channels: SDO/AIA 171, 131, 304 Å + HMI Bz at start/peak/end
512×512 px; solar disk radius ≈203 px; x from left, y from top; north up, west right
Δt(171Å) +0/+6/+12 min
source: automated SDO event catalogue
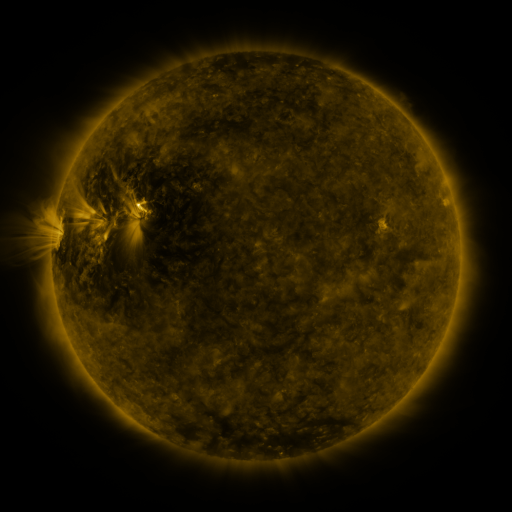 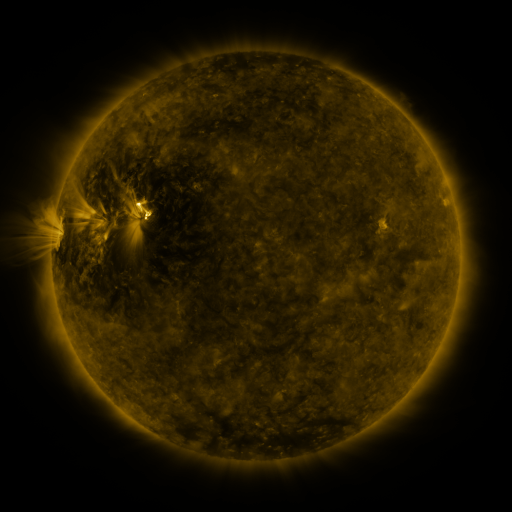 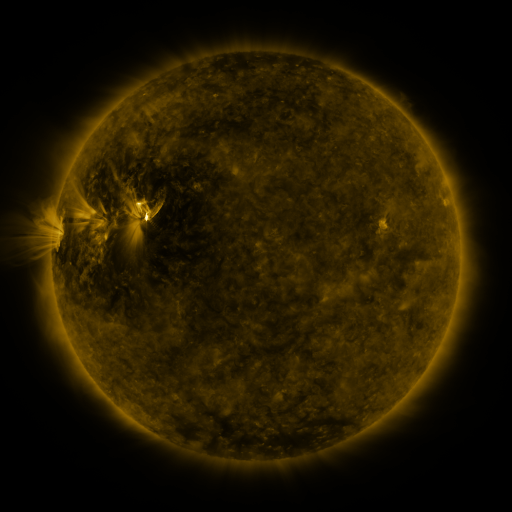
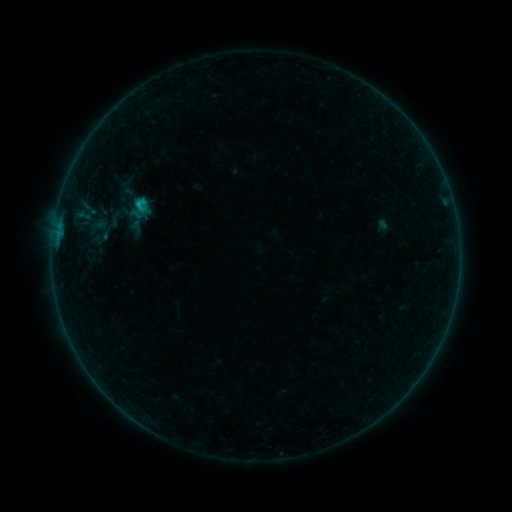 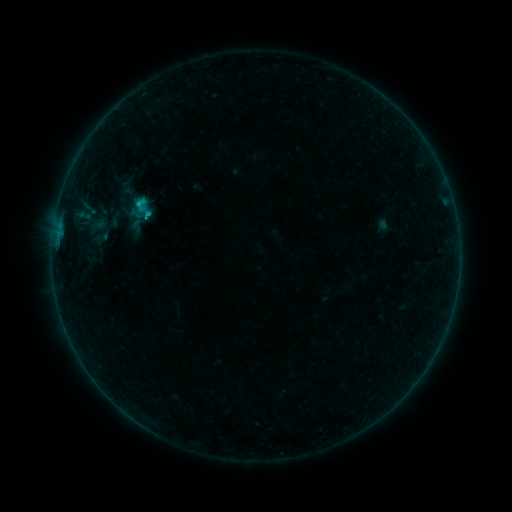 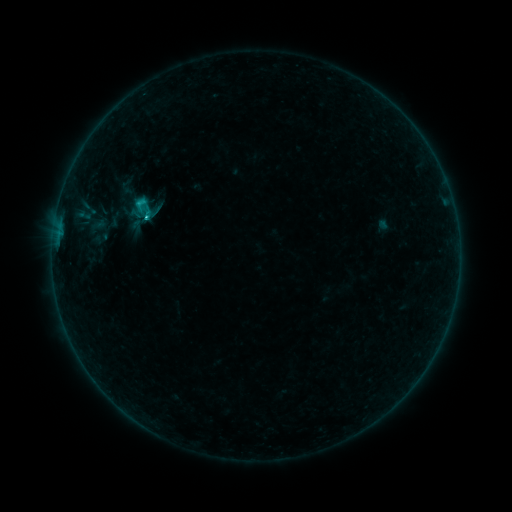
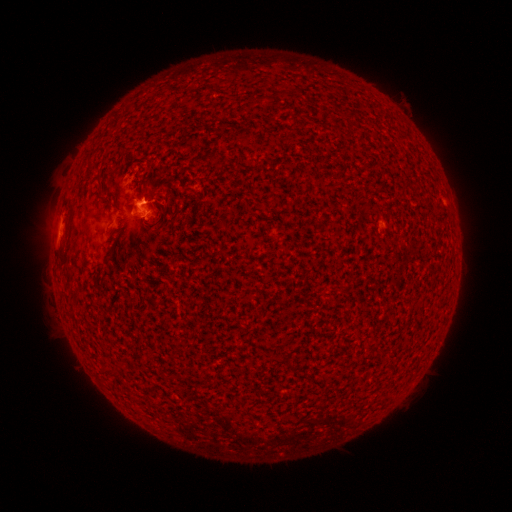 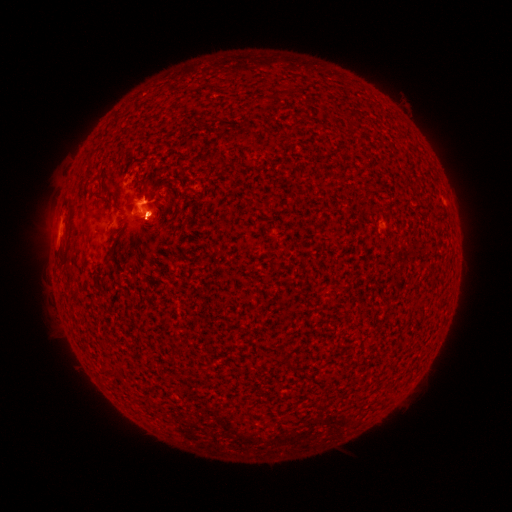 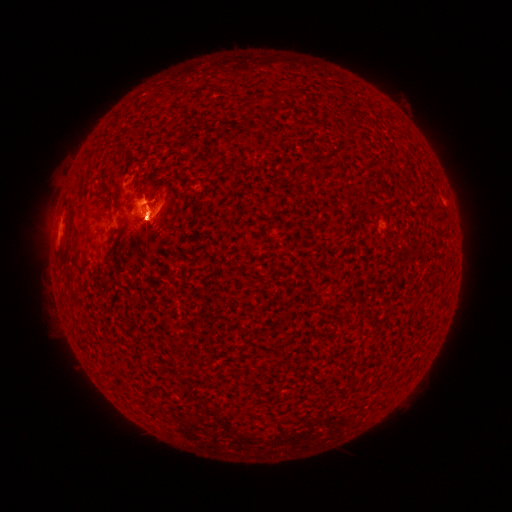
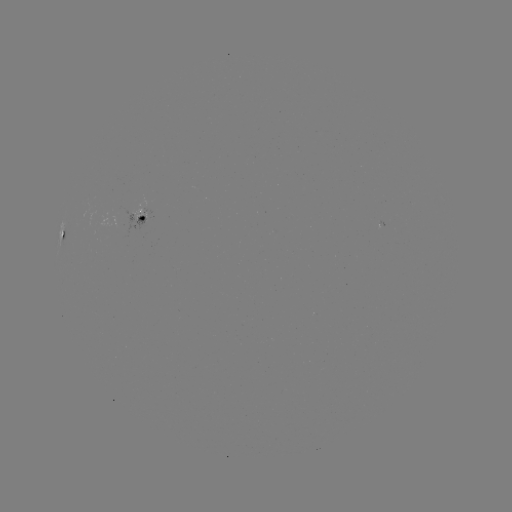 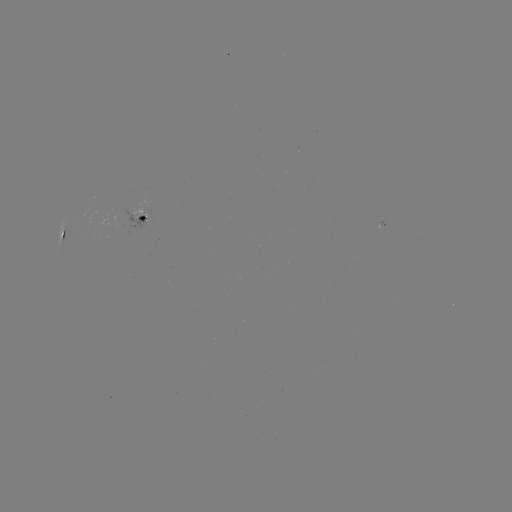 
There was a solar flare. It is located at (148, 217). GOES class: C1.4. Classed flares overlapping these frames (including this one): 2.